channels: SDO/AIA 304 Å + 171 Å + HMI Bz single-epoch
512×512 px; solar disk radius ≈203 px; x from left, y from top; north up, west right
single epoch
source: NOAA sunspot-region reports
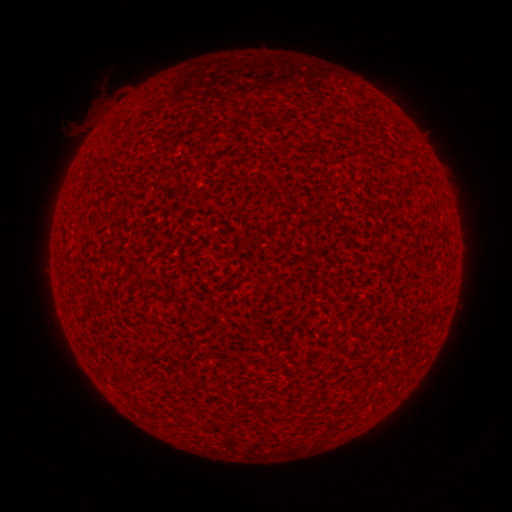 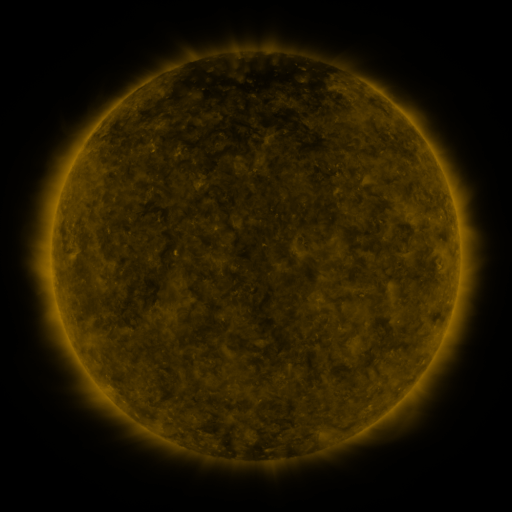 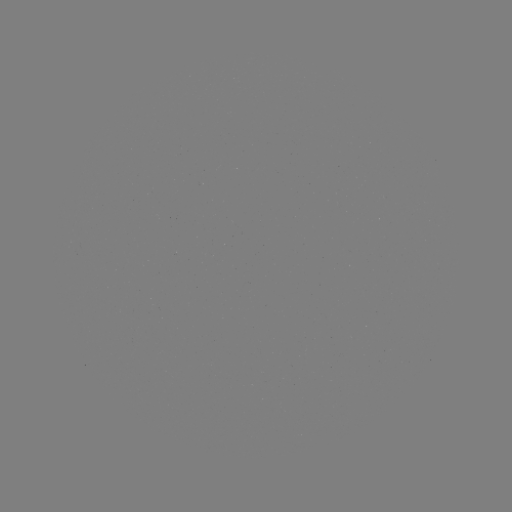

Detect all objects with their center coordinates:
(none)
